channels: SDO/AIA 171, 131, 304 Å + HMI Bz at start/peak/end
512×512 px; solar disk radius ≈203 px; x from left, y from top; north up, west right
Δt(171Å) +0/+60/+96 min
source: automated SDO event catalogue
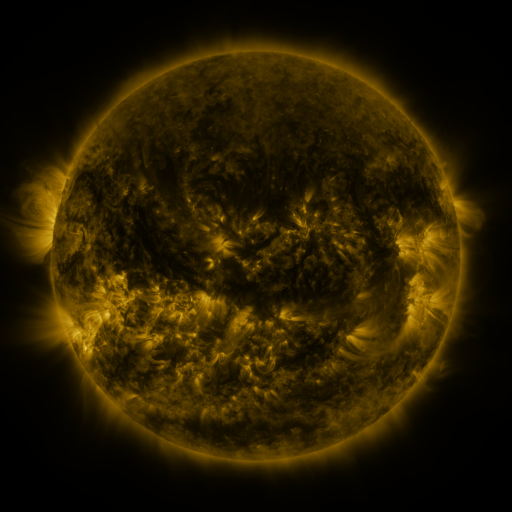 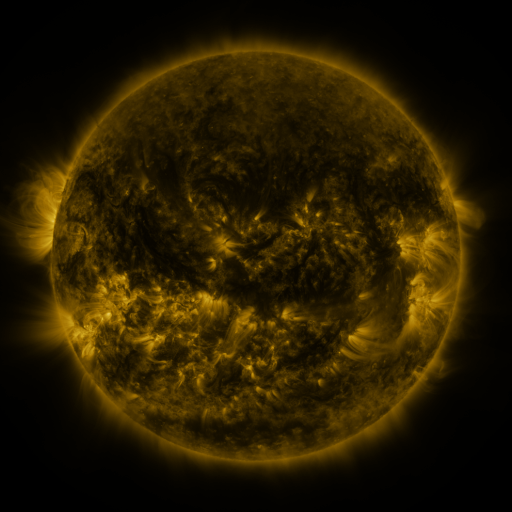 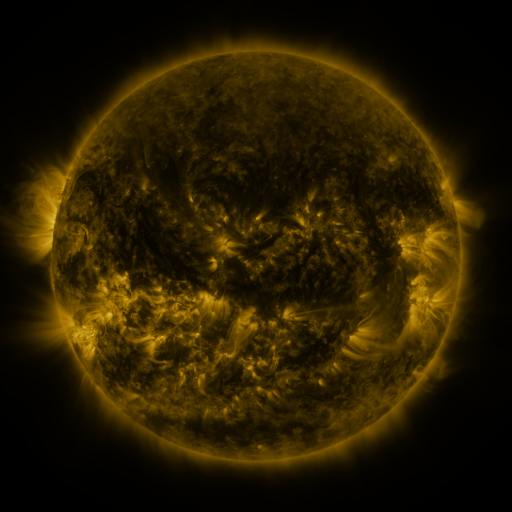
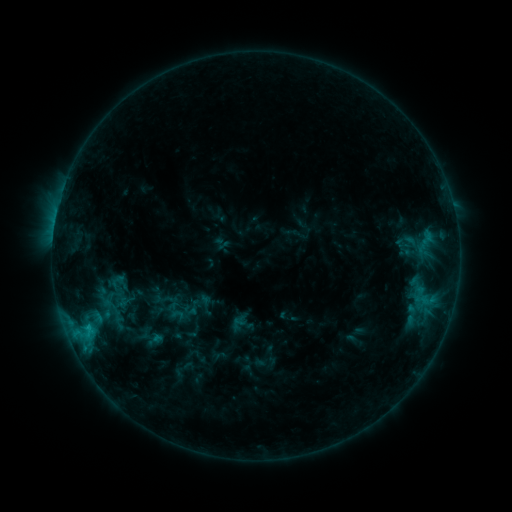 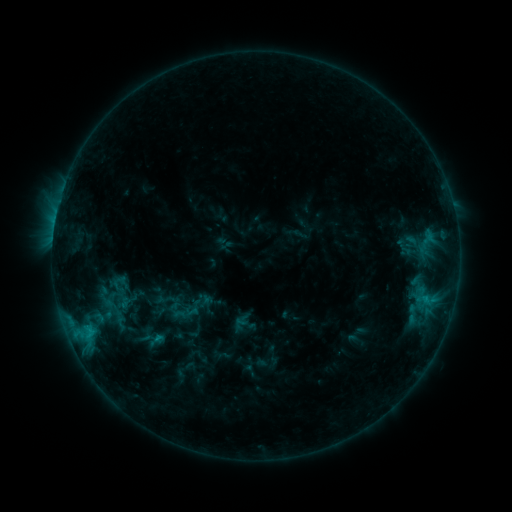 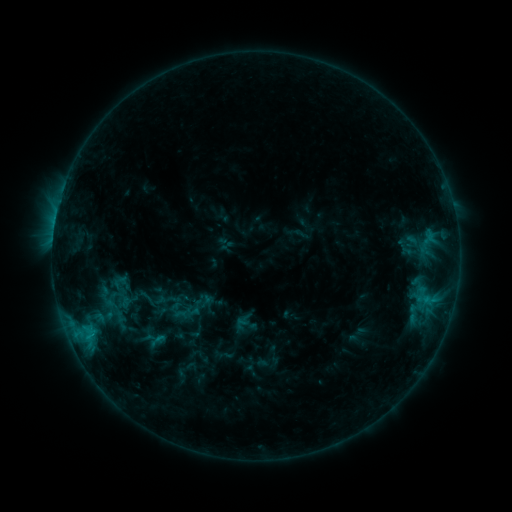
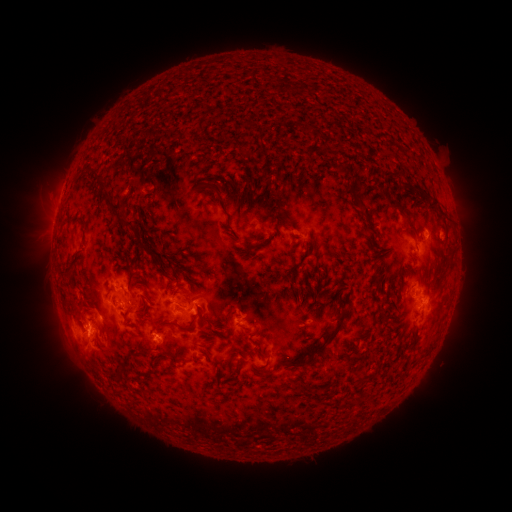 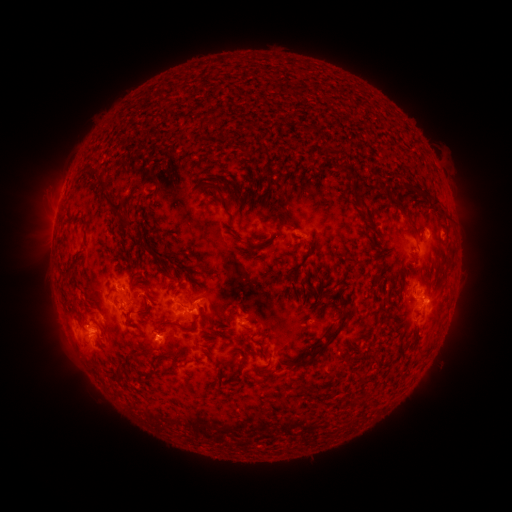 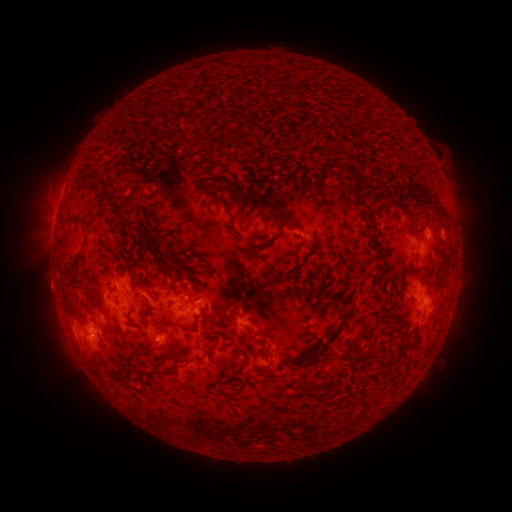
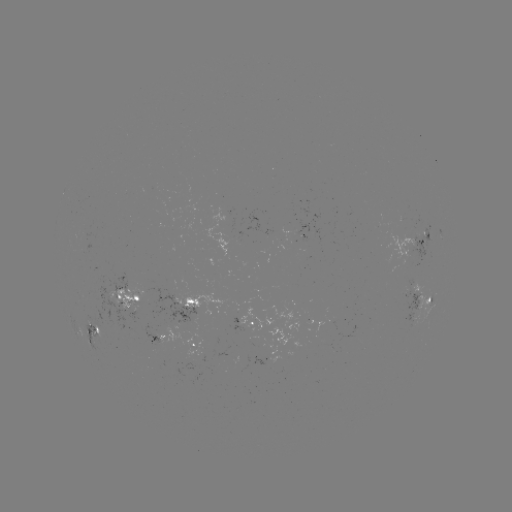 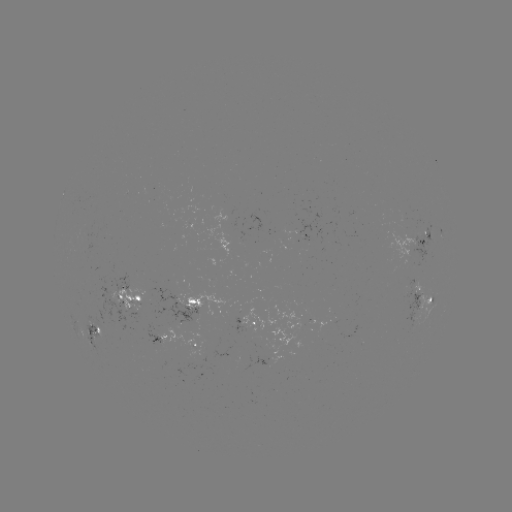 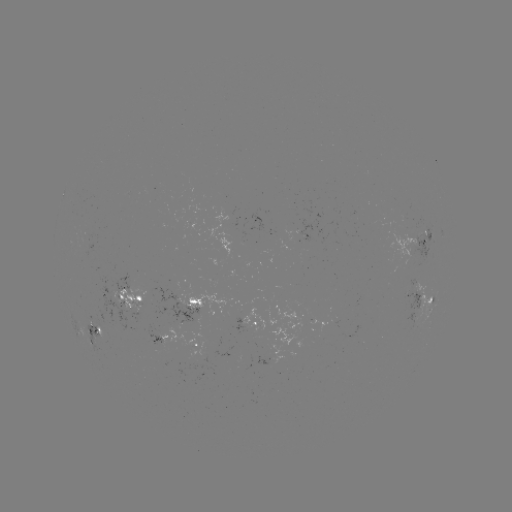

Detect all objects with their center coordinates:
emerging-flux region: (282, 231)
